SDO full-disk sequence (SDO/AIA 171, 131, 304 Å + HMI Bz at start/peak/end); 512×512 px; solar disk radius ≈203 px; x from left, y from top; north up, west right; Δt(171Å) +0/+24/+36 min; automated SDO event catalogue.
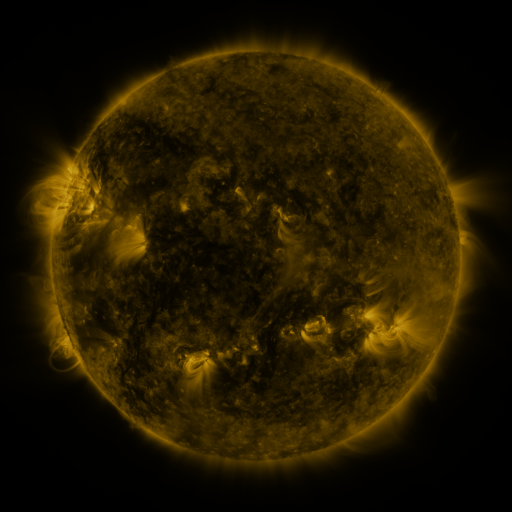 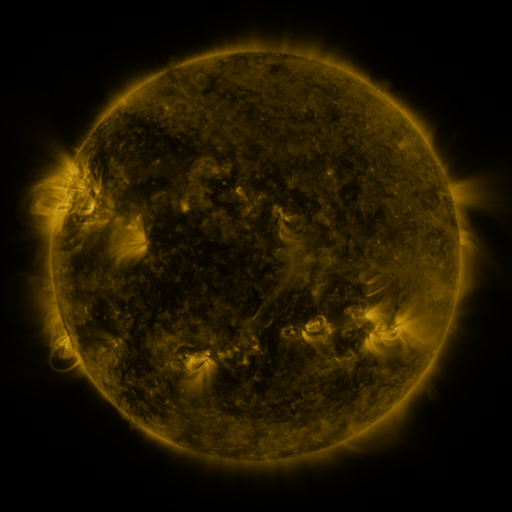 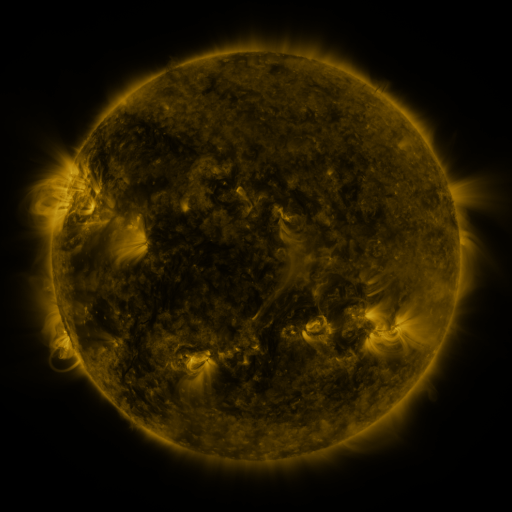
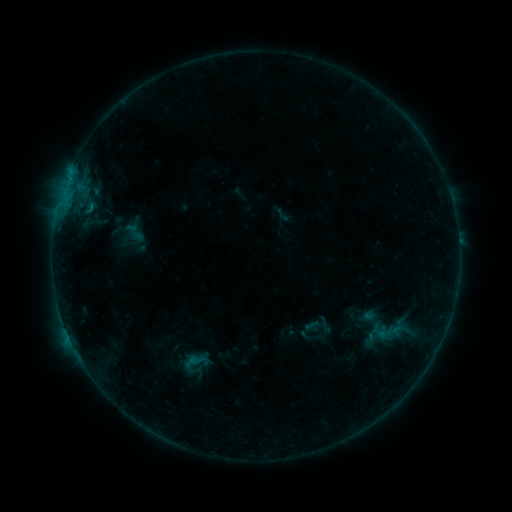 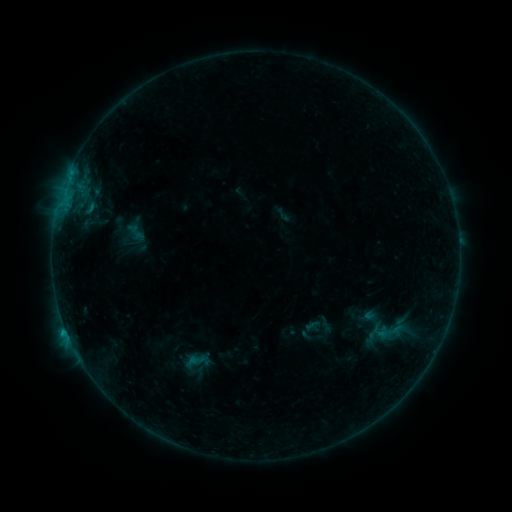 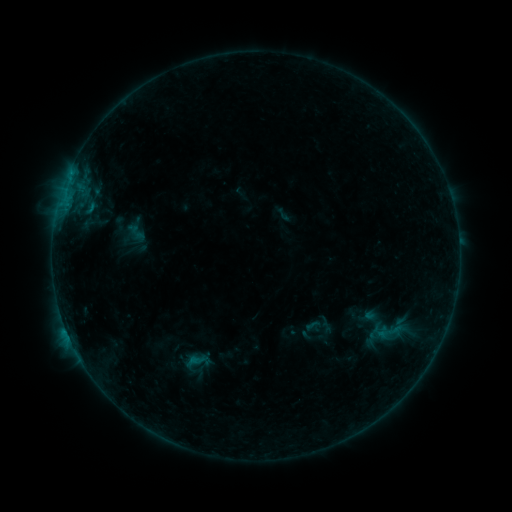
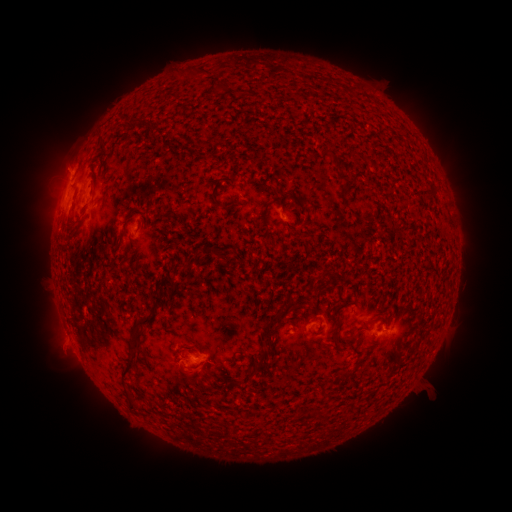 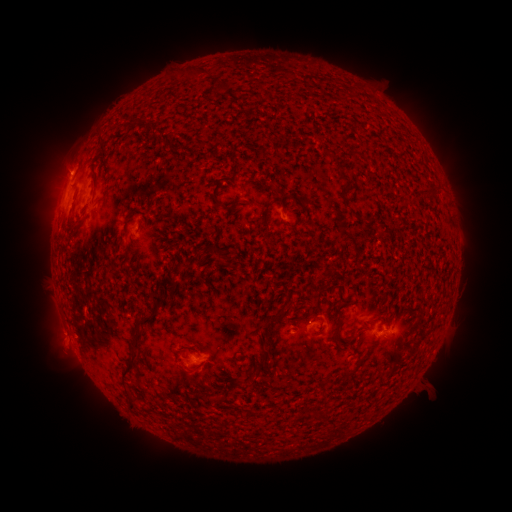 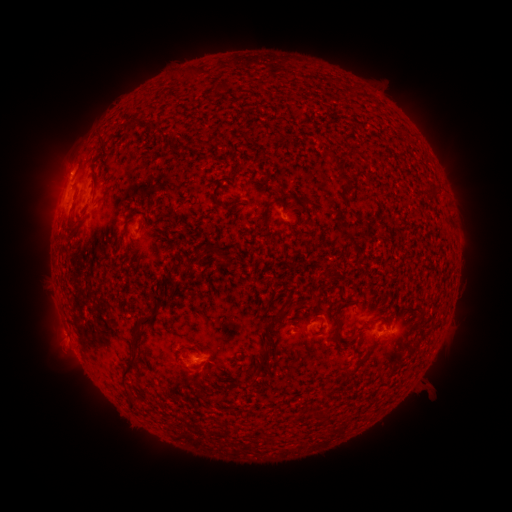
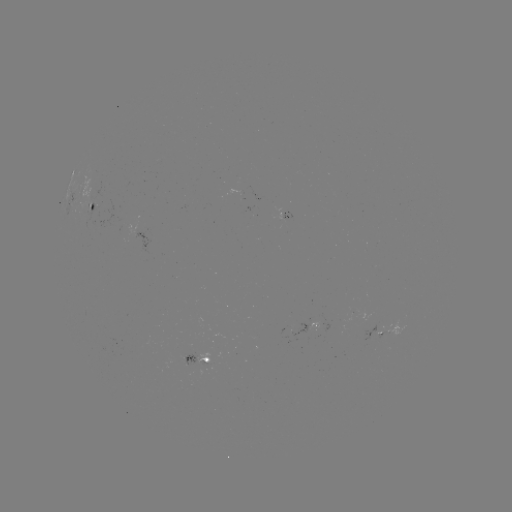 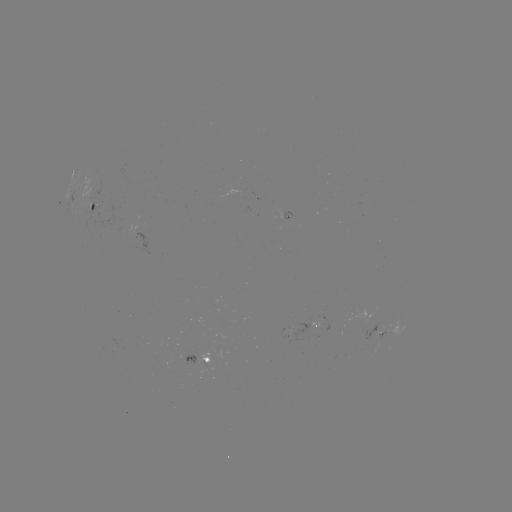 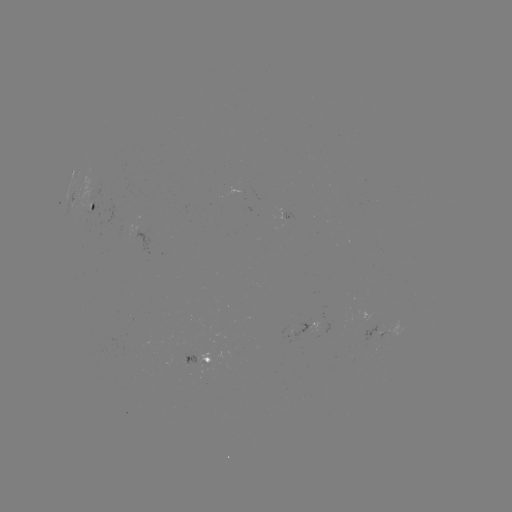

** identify B4.9 flare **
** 67,332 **